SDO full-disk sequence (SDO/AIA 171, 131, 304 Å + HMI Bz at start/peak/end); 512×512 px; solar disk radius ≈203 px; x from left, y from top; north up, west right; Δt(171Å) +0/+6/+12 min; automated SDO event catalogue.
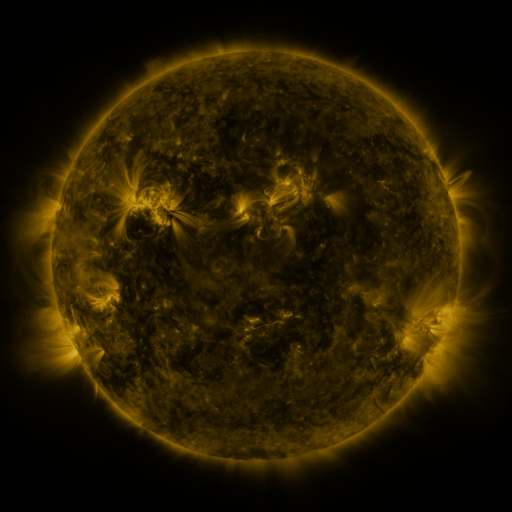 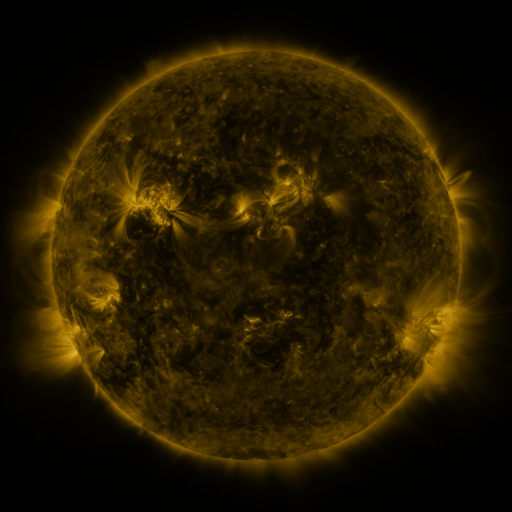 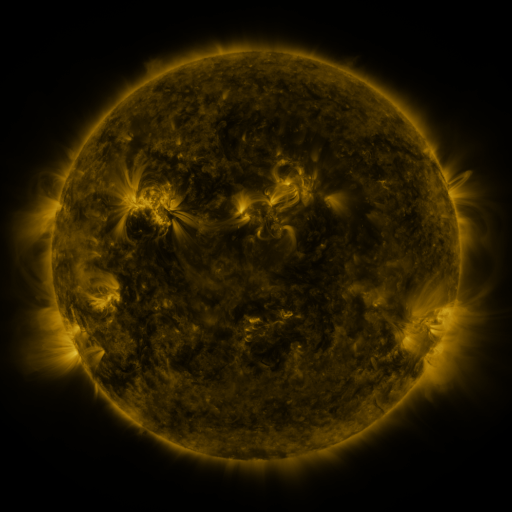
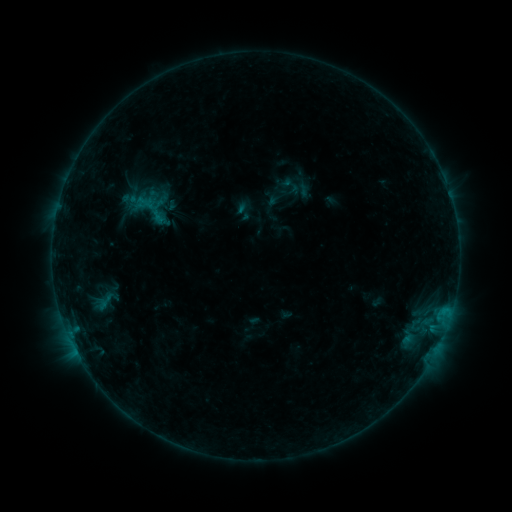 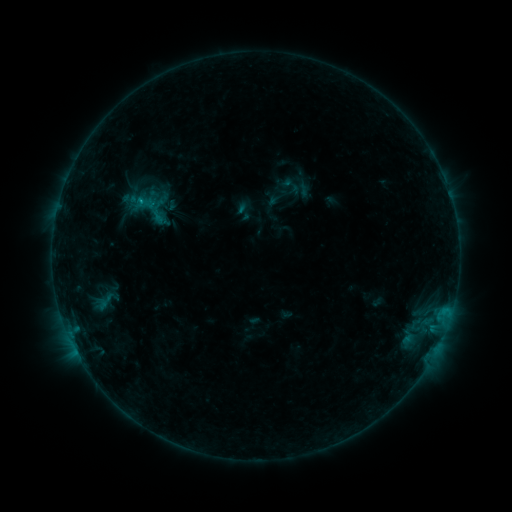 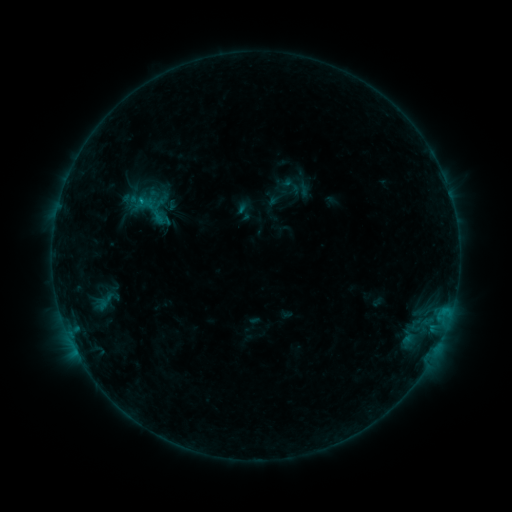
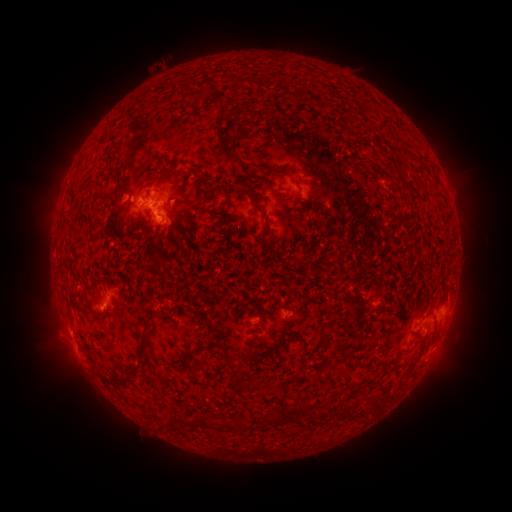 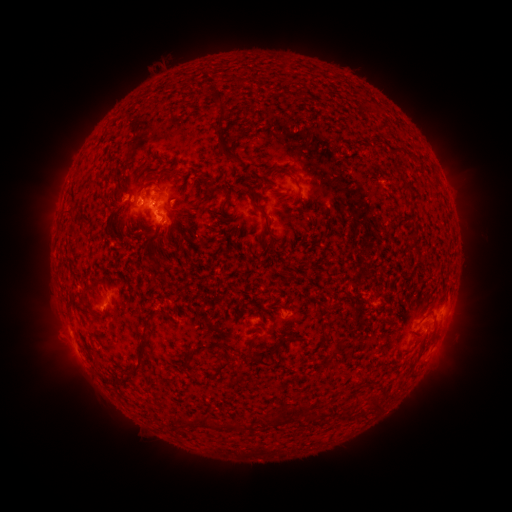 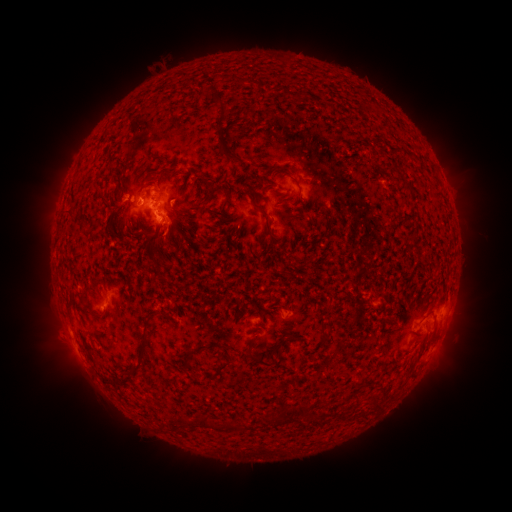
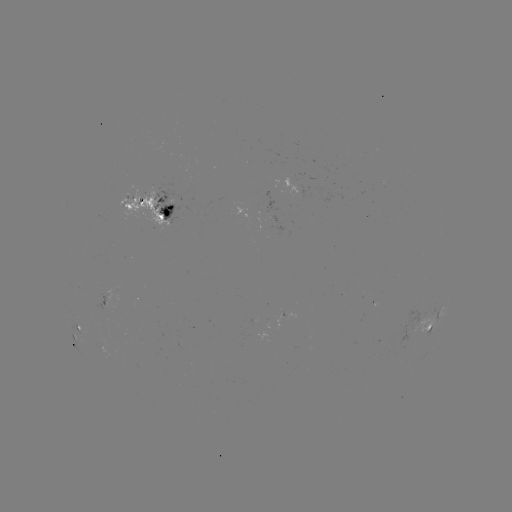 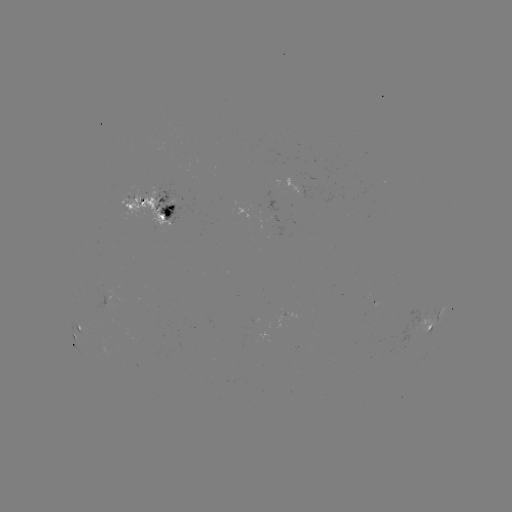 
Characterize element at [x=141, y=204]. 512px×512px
B5.6 flare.